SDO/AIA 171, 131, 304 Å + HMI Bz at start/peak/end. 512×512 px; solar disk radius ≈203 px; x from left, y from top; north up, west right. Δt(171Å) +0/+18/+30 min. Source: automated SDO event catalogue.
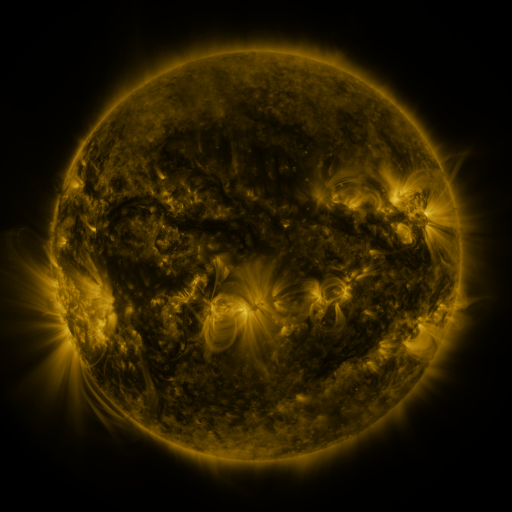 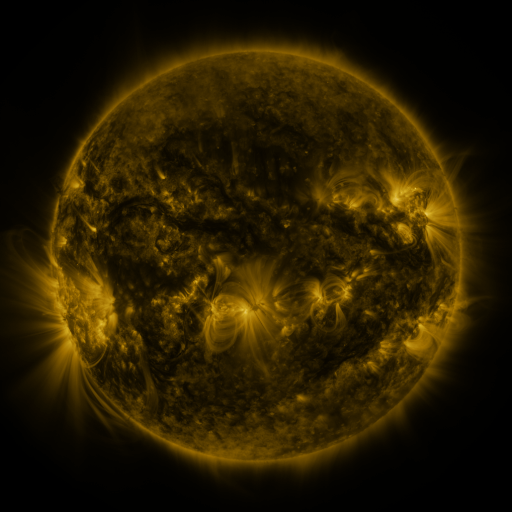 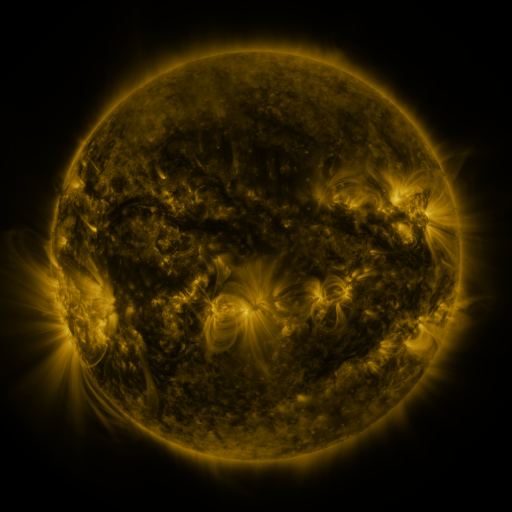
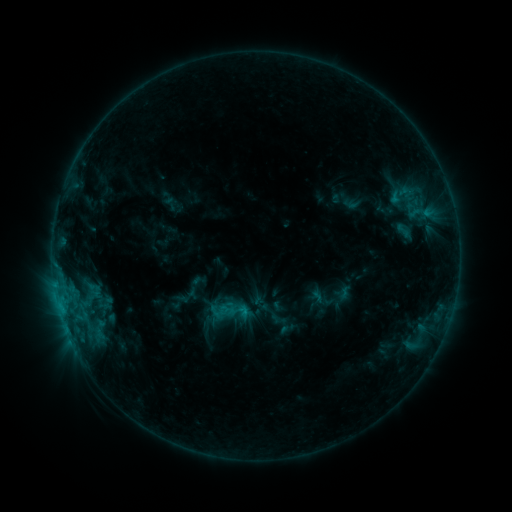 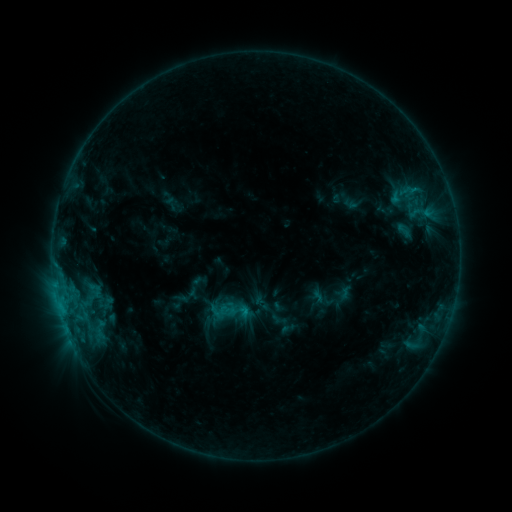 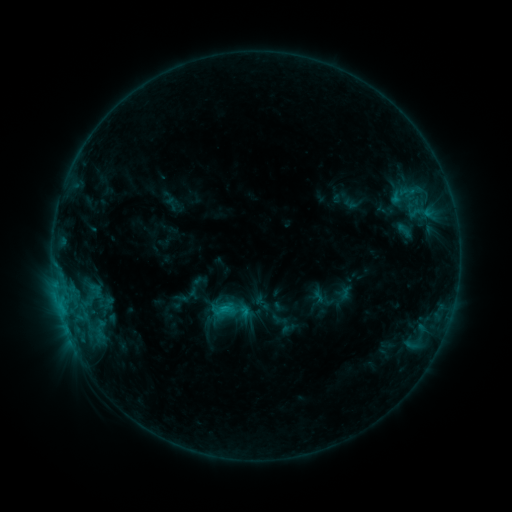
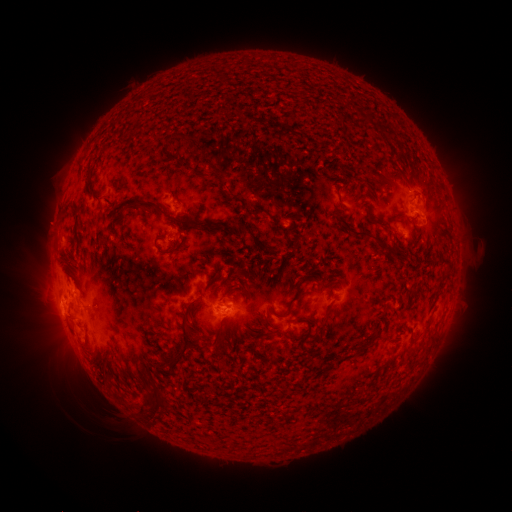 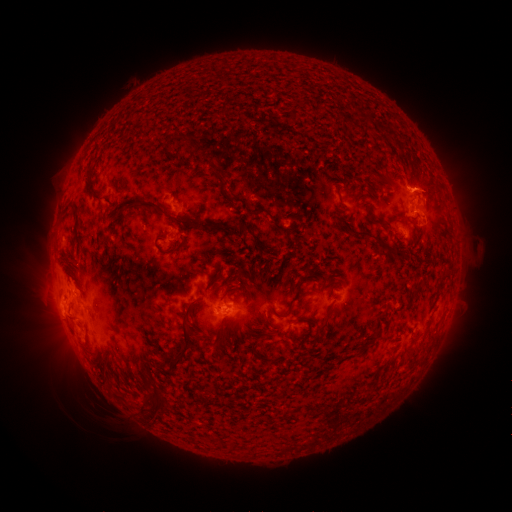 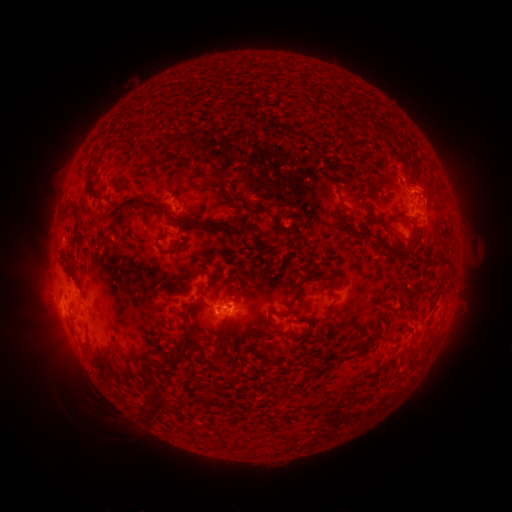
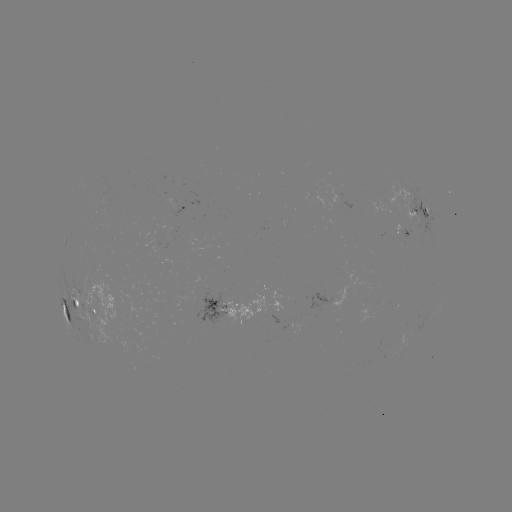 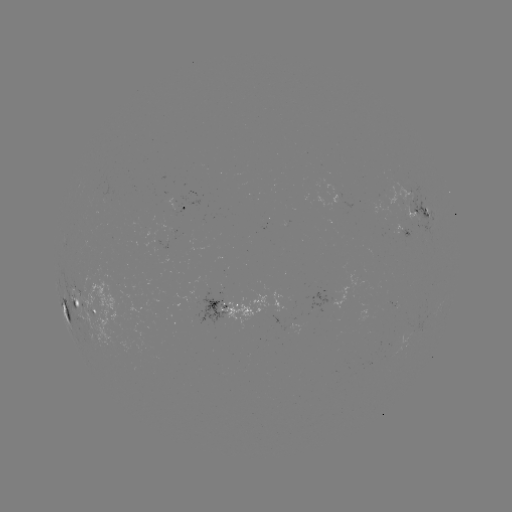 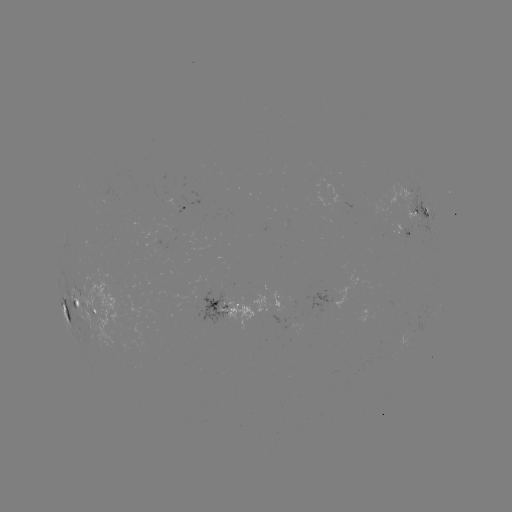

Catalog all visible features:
eruption: (408, 179)
